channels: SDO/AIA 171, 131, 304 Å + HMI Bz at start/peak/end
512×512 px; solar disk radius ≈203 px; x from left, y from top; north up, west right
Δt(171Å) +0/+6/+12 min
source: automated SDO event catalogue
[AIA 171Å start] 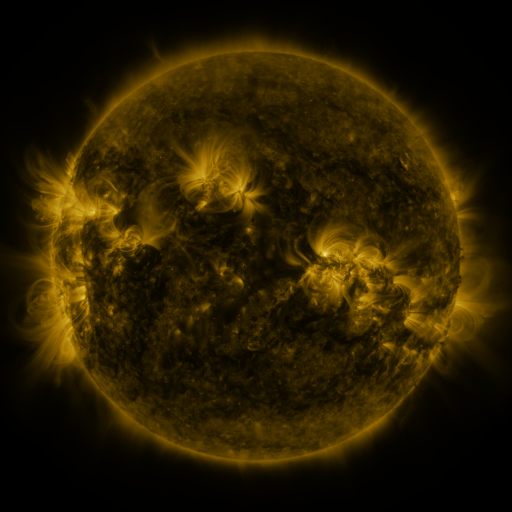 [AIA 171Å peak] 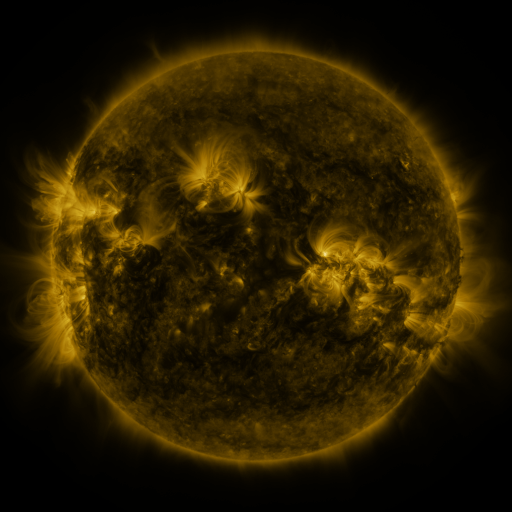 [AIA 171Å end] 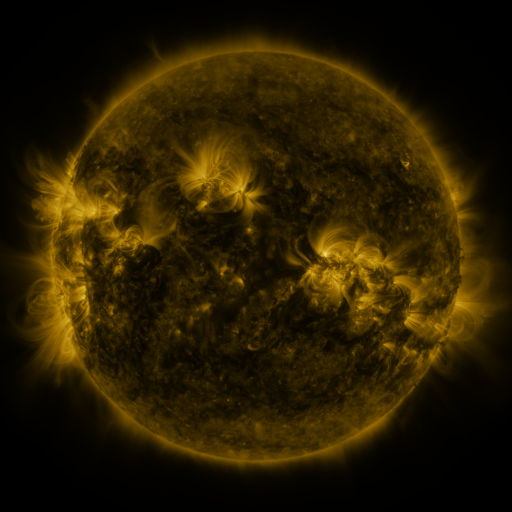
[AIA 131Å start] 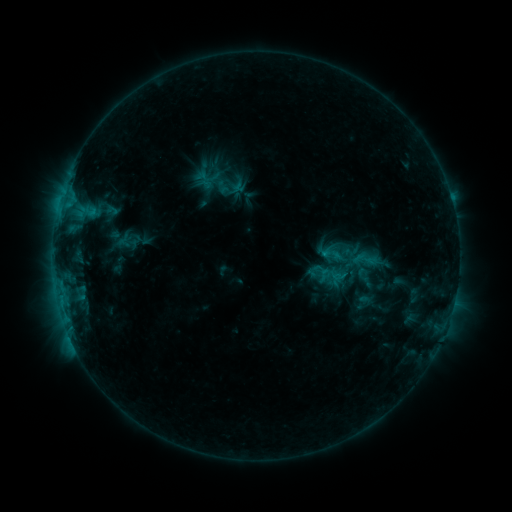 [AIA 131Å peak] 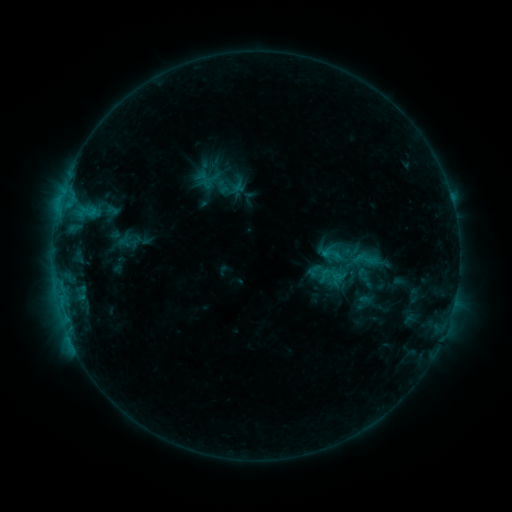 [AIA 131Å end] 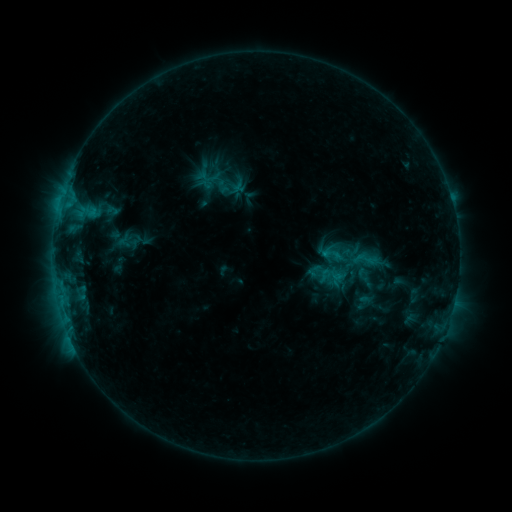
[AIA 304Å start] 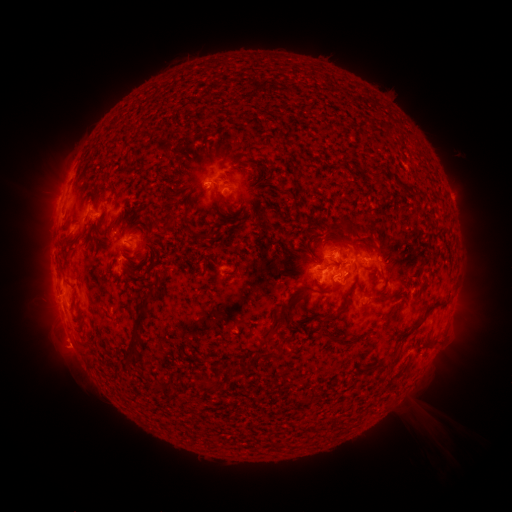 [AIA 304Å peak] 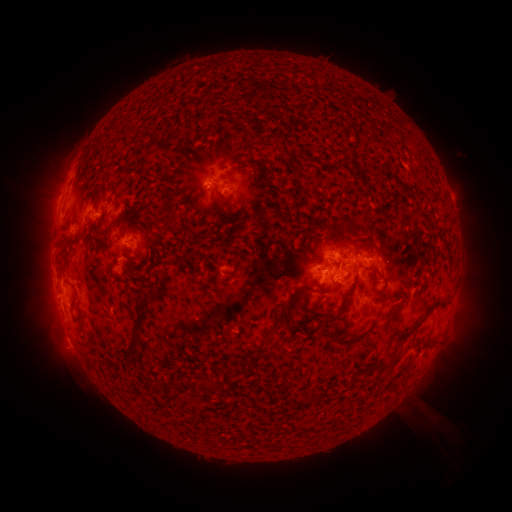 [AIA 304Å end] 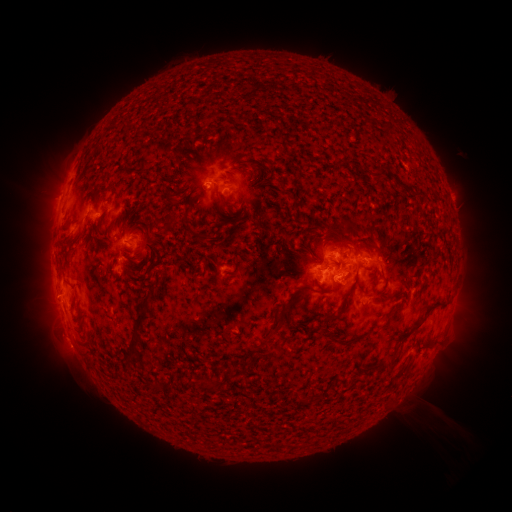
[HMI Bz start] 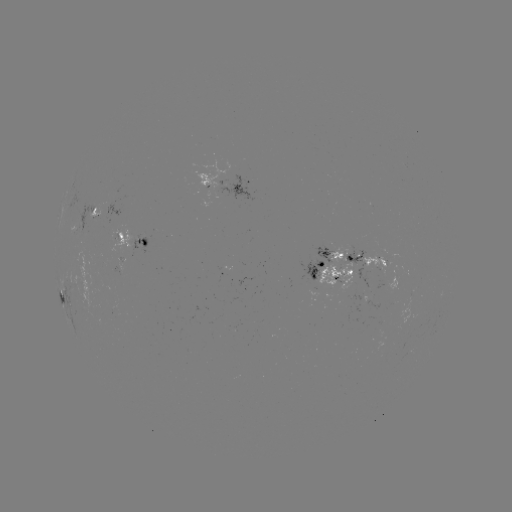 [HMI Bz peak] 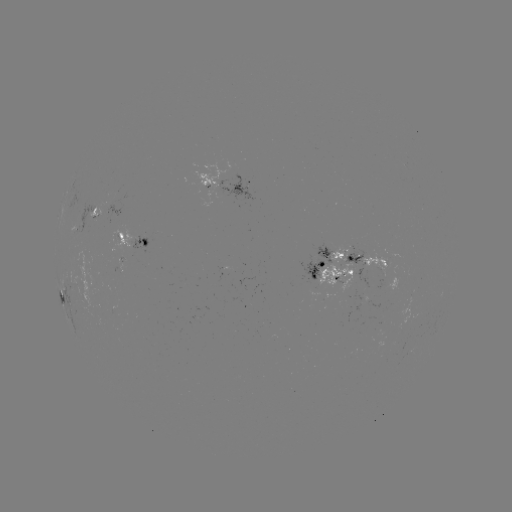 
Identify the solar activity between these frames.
no classed flare was catalogued and no EUV brightening was flagged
